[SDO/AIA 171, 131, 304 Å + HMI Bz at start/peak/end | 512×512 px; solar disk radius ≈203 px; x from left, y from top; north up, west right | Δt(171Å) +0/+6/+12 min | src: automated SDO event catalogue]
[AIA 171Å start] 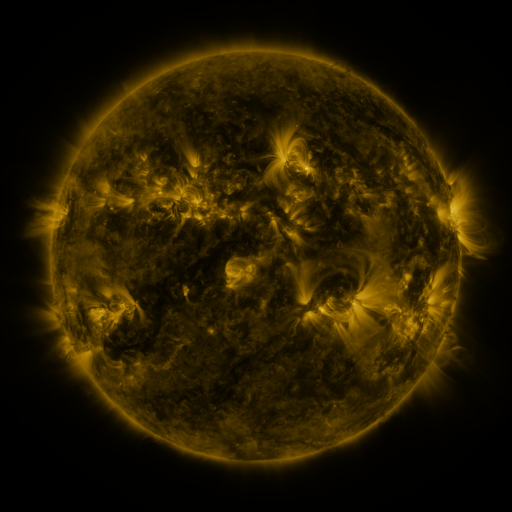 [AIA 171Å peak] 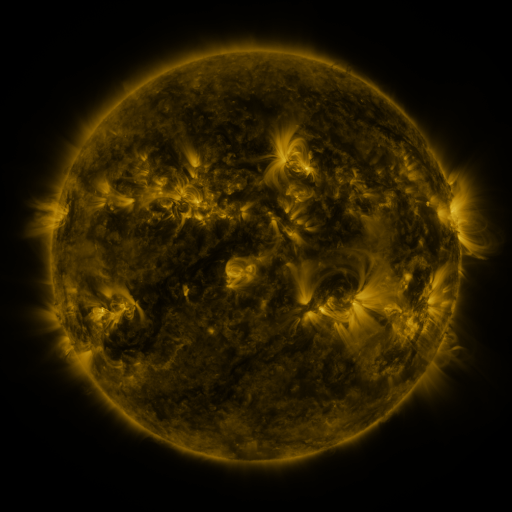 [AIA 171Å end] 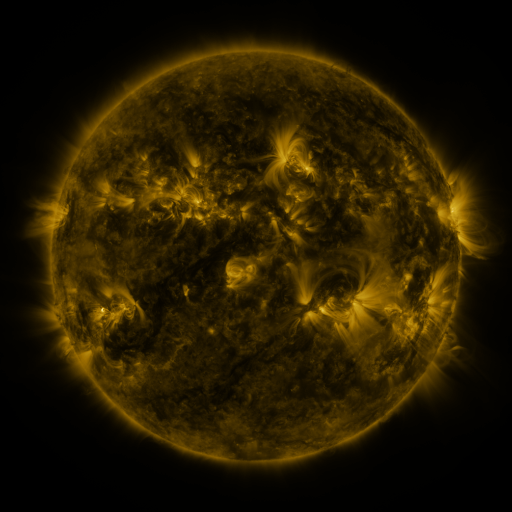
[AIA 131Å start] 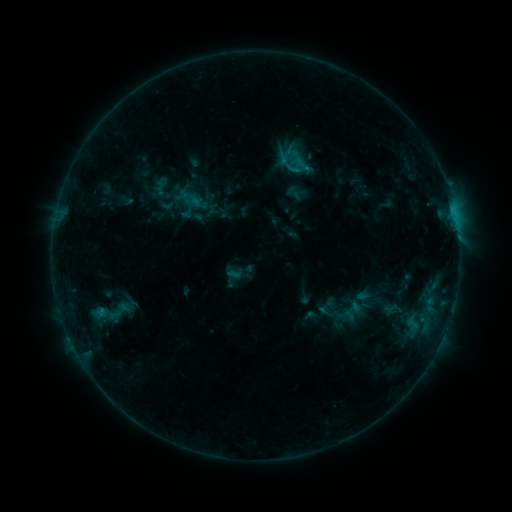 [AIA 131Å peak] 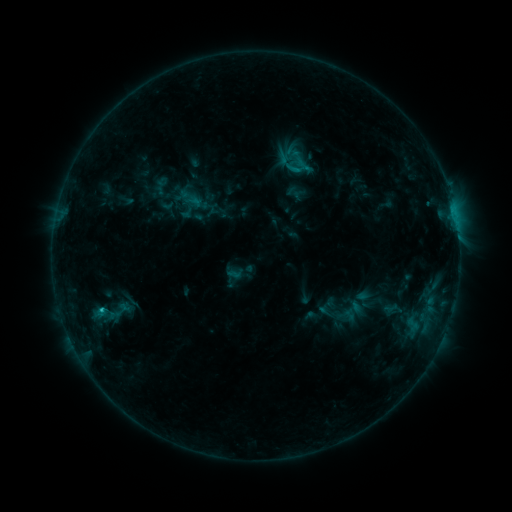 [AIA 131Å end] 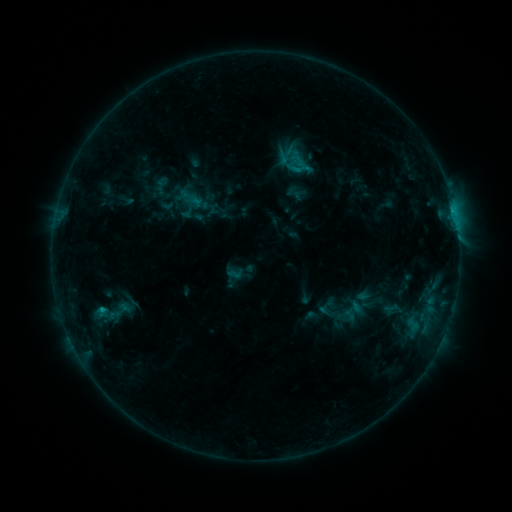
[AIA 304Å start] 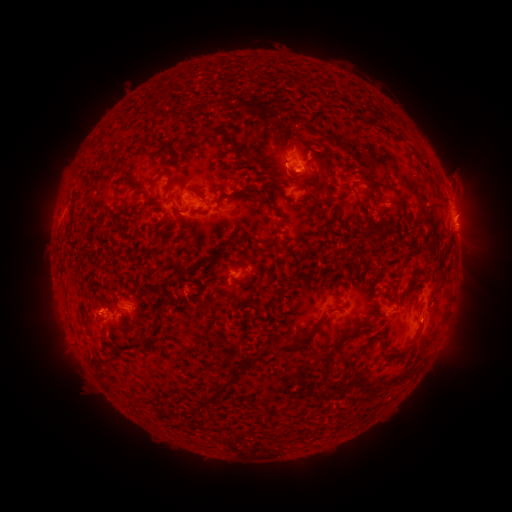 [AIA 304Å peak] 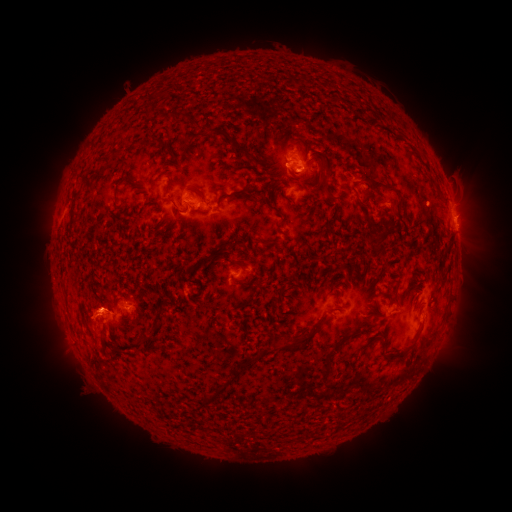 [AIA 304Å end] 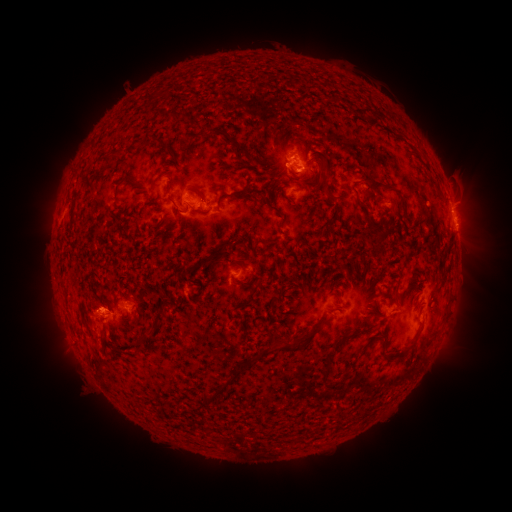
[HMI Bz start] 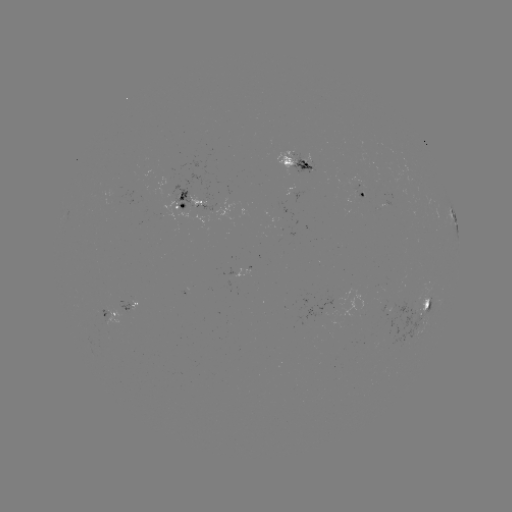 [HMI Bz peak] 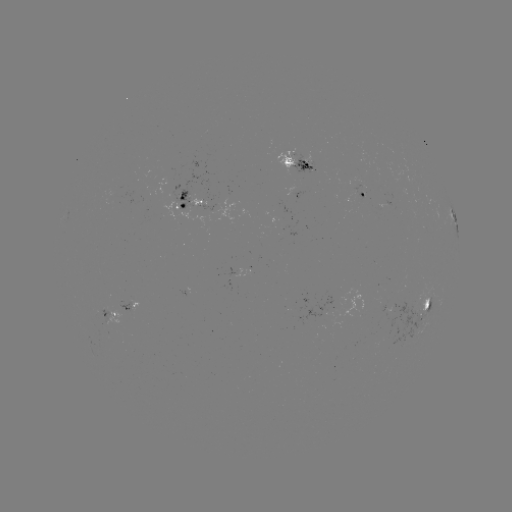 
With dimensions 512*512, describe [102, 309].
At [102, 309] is C1.2 flare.